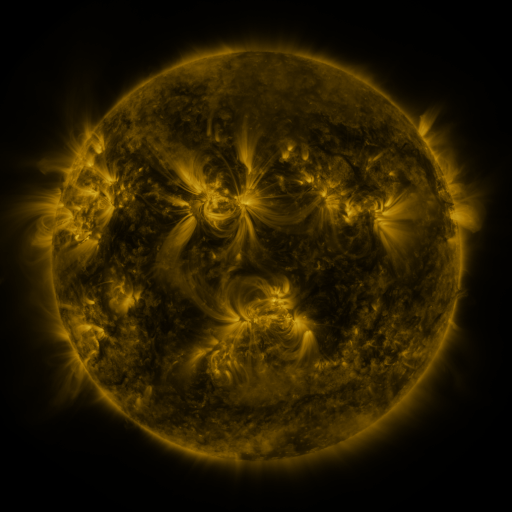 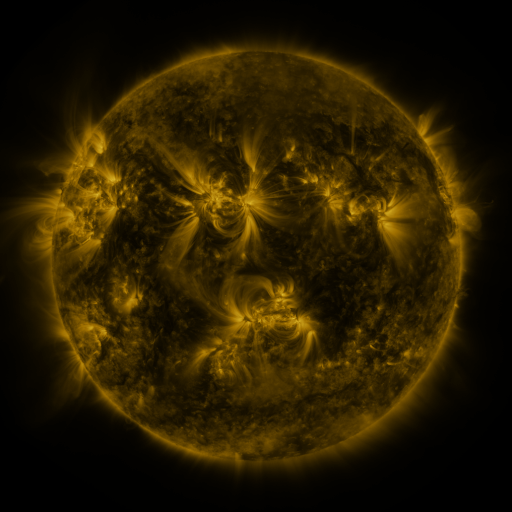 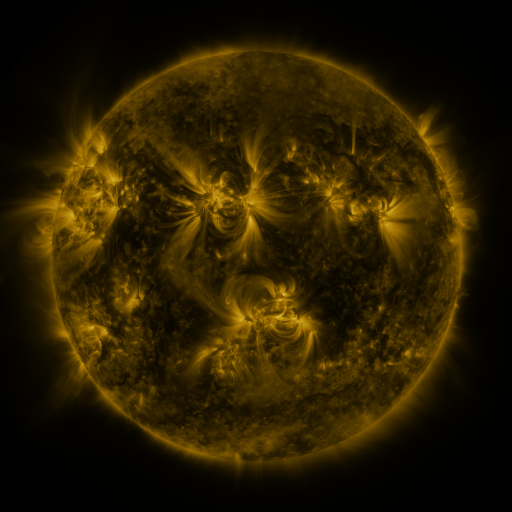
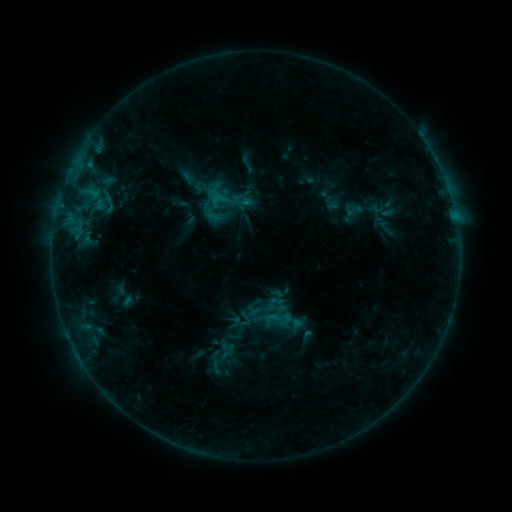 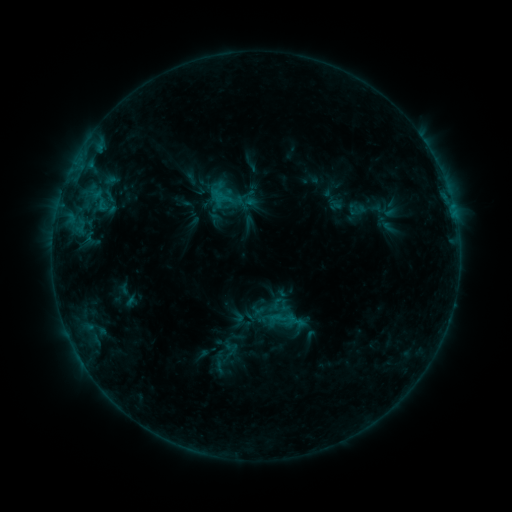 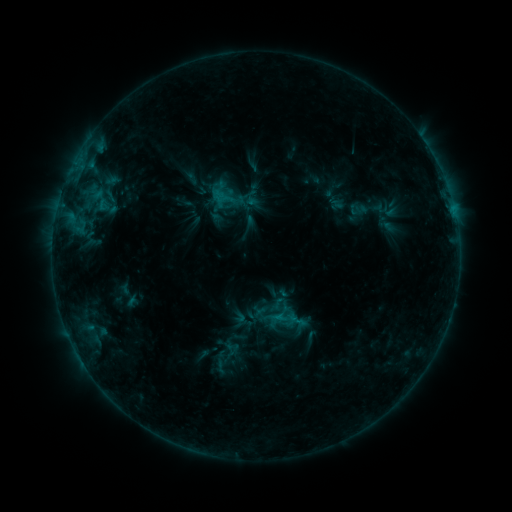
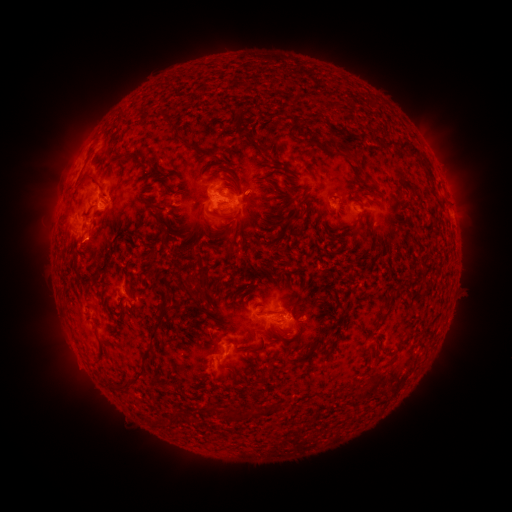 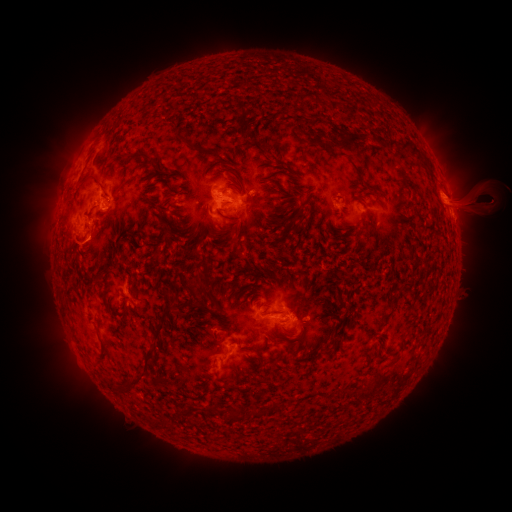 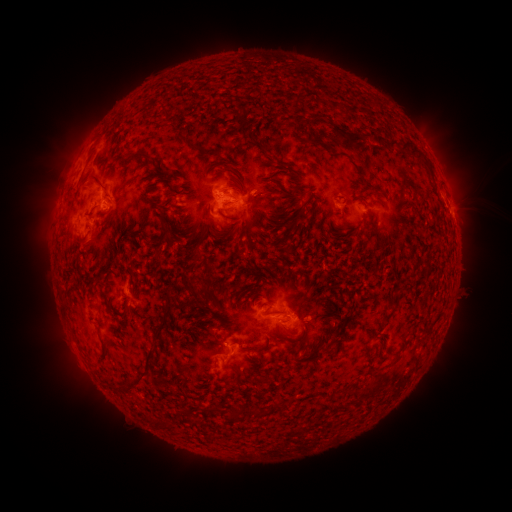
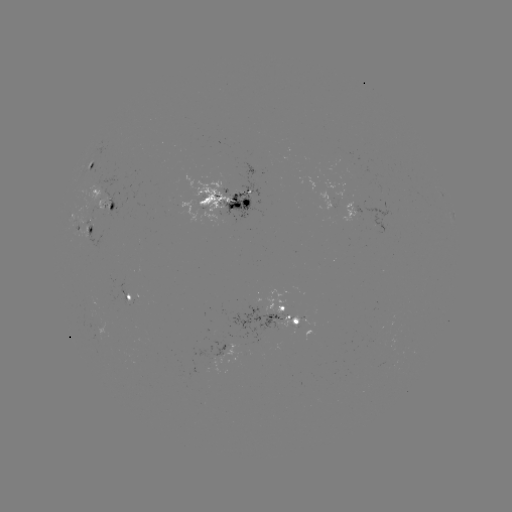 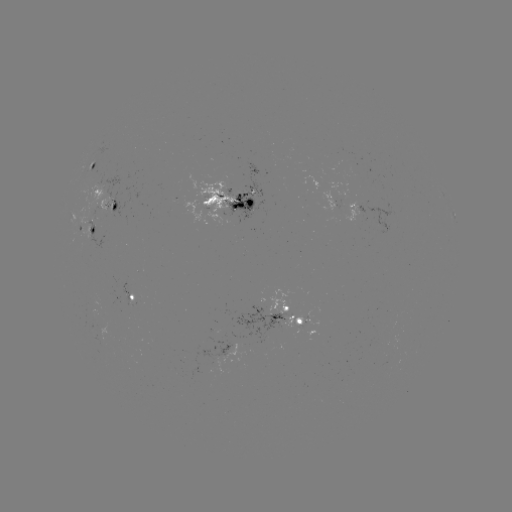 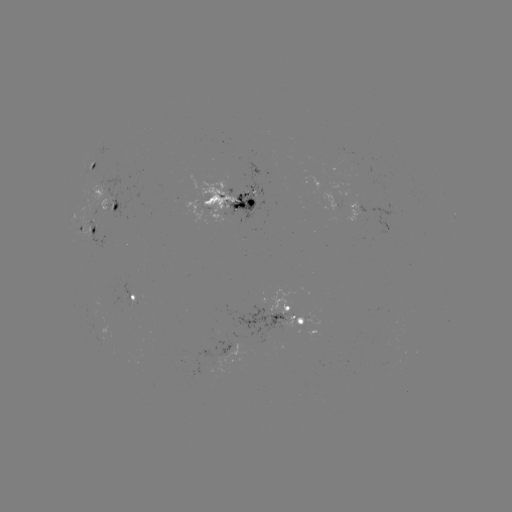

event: emerging-flux region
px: (361, 200)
